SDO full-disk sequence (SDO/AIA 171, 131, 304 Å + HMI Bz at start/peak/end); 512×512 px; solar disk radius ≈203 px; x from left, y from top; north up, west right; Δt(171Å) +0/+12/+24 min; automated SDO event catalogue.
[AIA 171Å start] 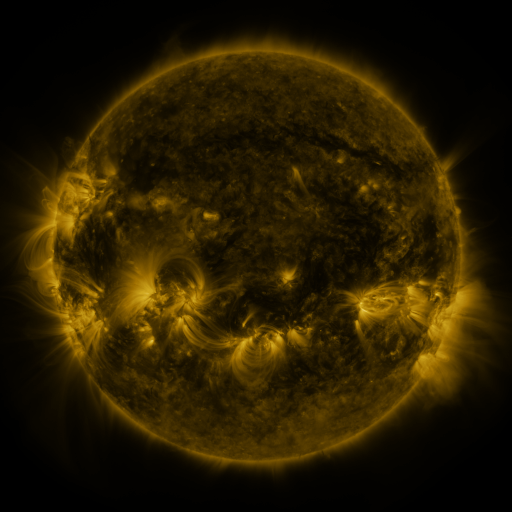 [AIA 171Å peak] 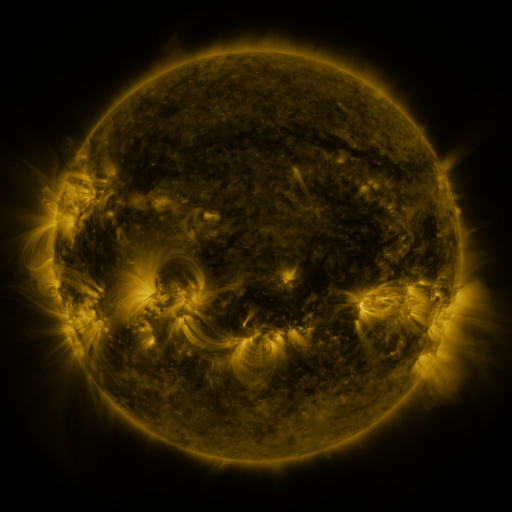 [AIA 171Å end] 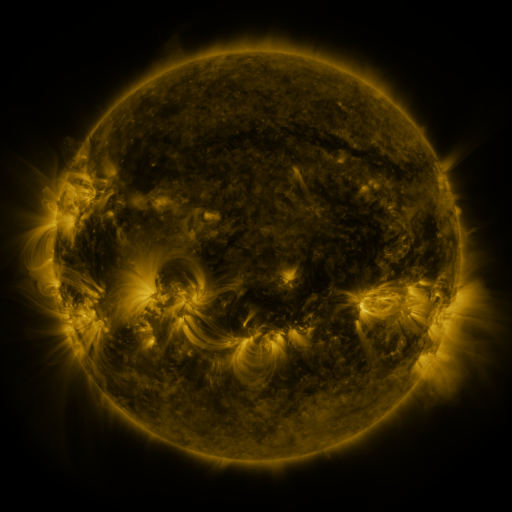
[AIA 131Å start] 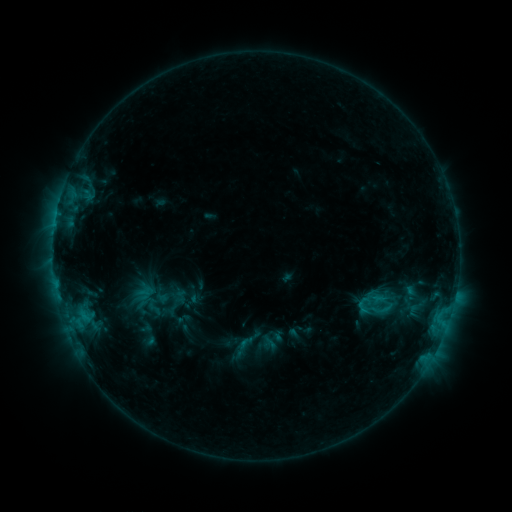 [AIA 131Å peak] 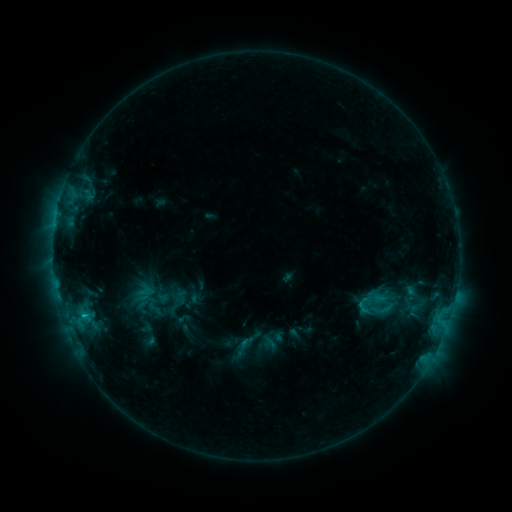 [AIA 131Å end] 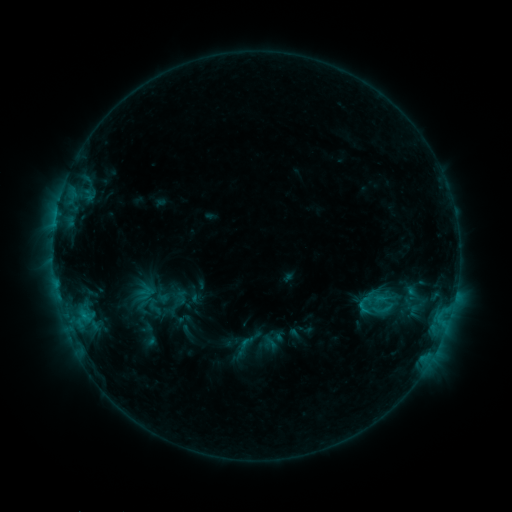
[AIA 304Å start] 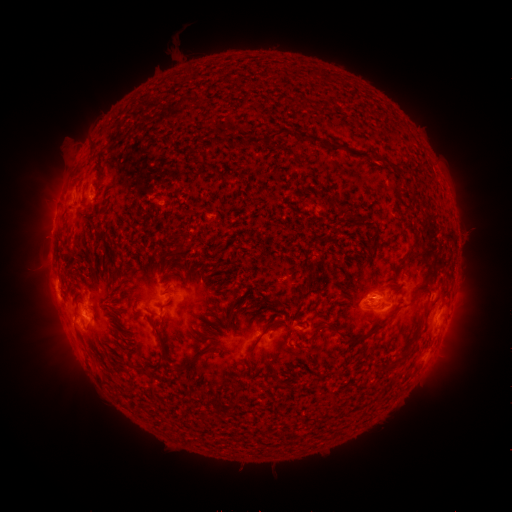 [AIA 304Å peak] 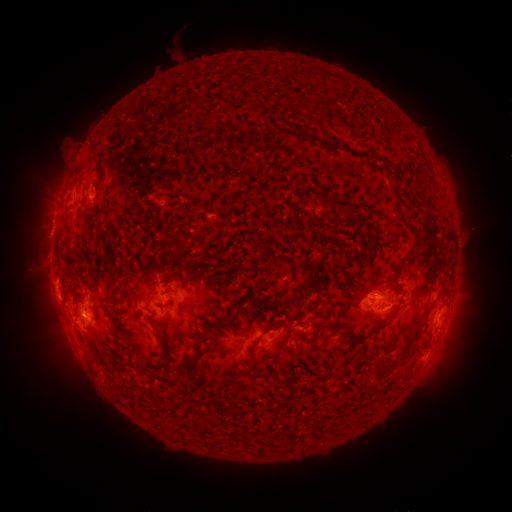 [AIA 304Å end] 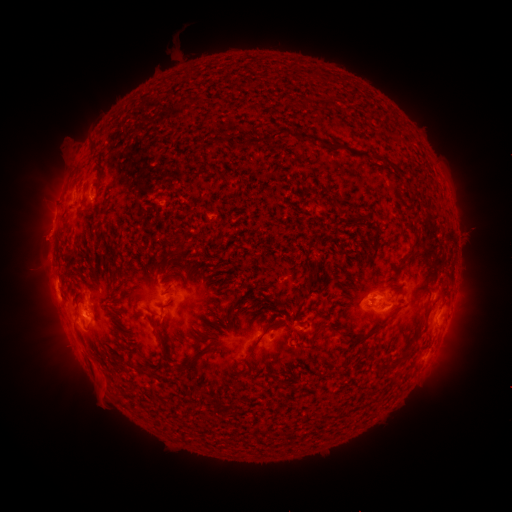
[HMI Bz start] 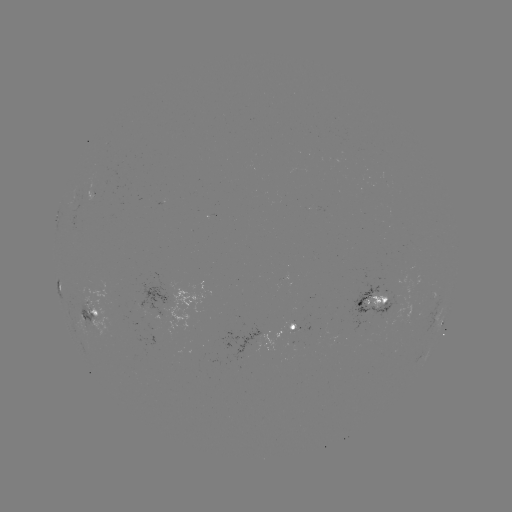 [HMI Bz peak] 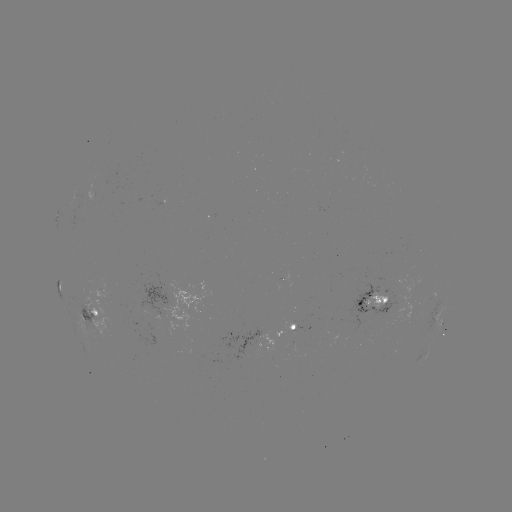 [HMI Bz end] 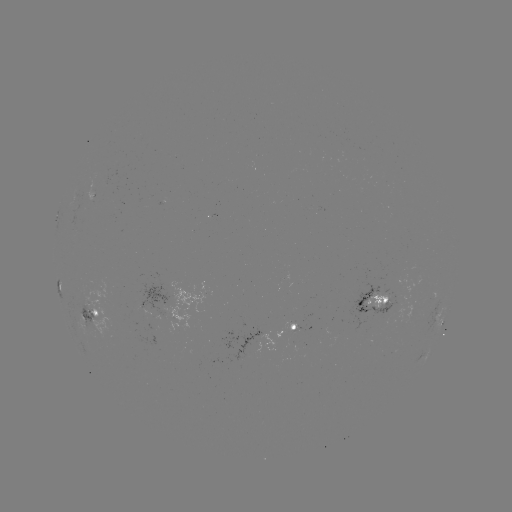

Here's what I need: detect eruption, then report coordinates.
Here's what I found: eruption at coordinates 98,385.